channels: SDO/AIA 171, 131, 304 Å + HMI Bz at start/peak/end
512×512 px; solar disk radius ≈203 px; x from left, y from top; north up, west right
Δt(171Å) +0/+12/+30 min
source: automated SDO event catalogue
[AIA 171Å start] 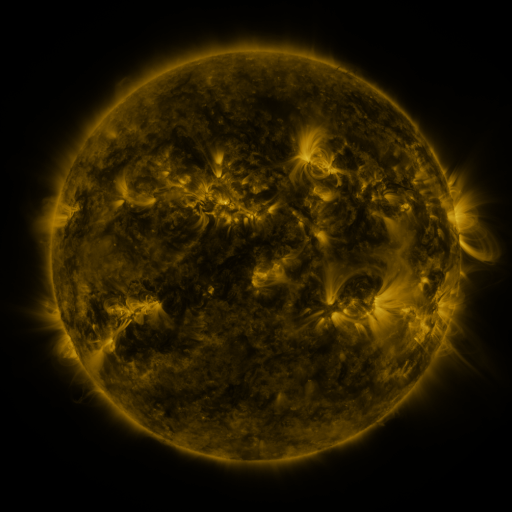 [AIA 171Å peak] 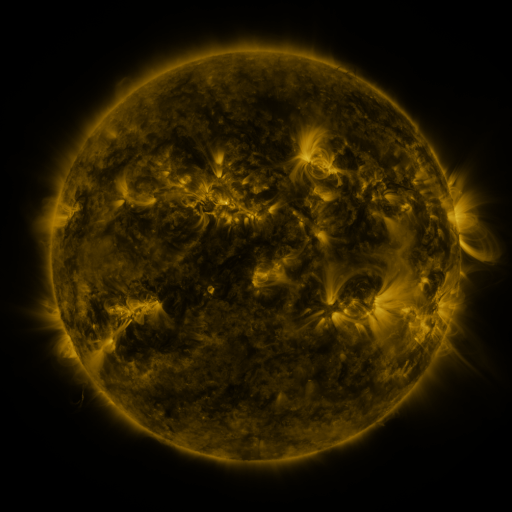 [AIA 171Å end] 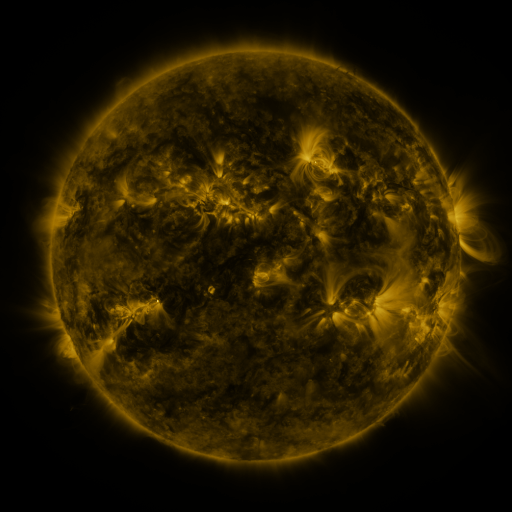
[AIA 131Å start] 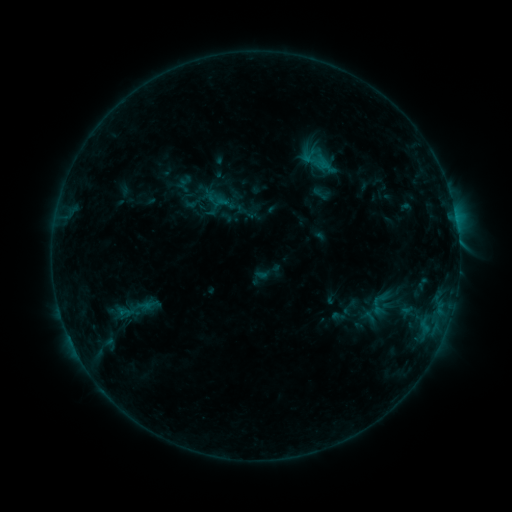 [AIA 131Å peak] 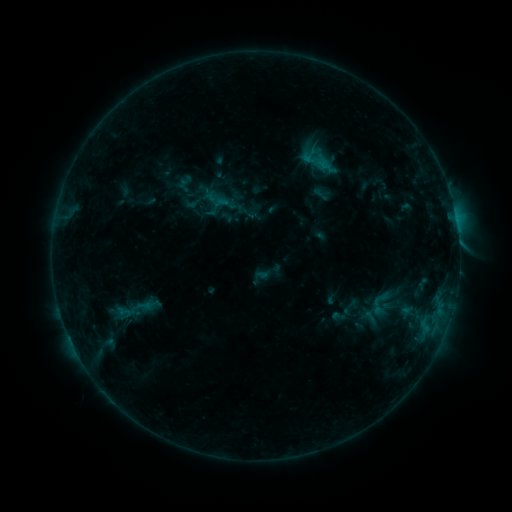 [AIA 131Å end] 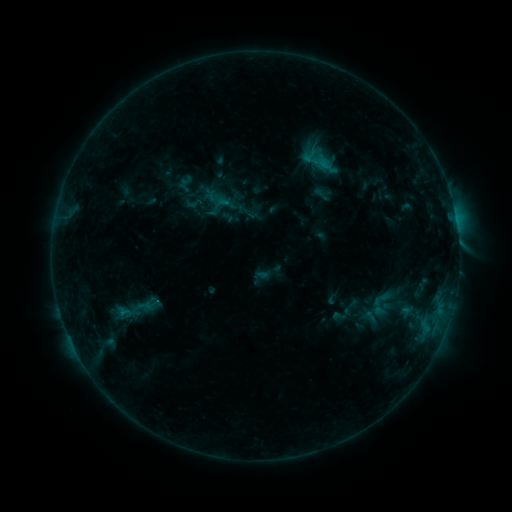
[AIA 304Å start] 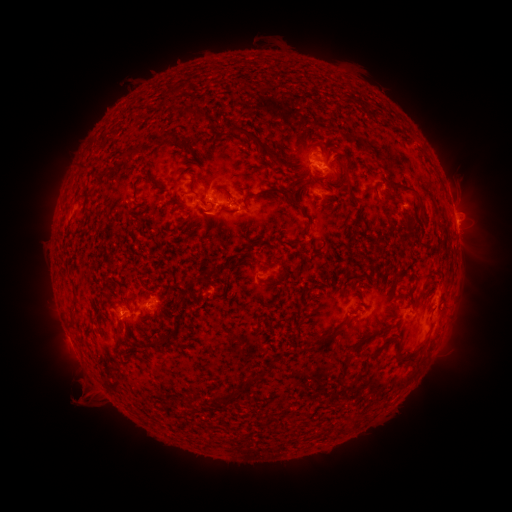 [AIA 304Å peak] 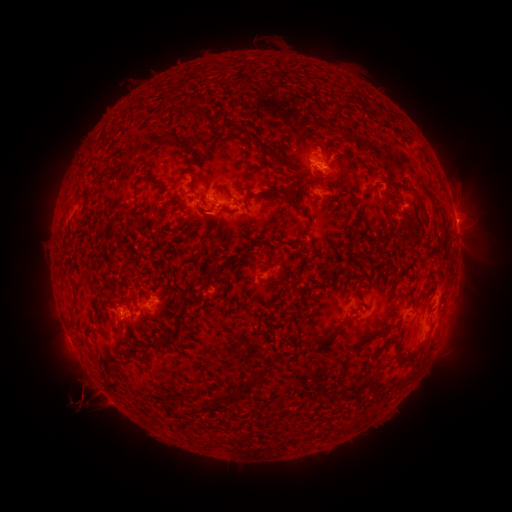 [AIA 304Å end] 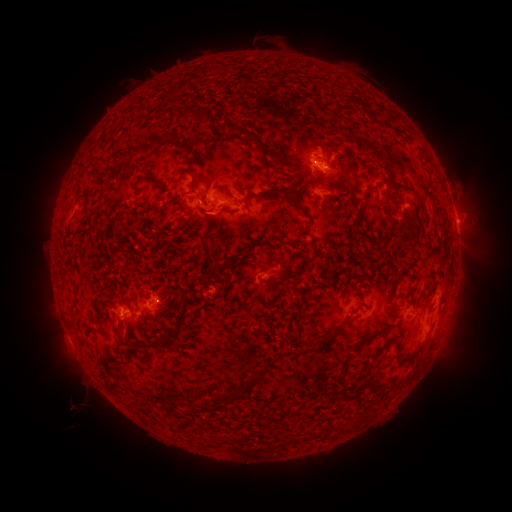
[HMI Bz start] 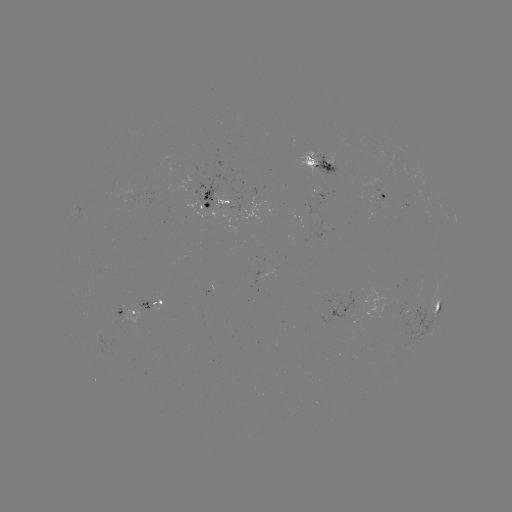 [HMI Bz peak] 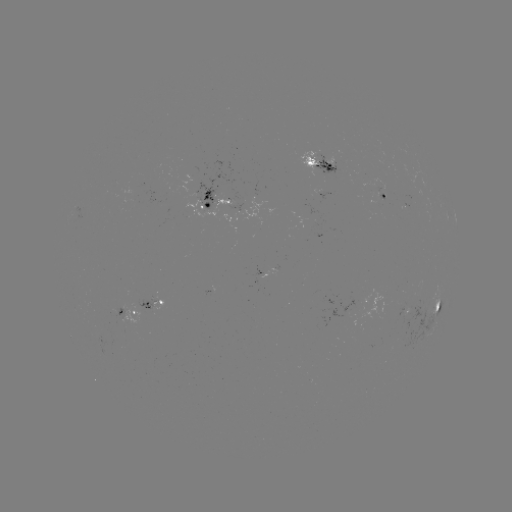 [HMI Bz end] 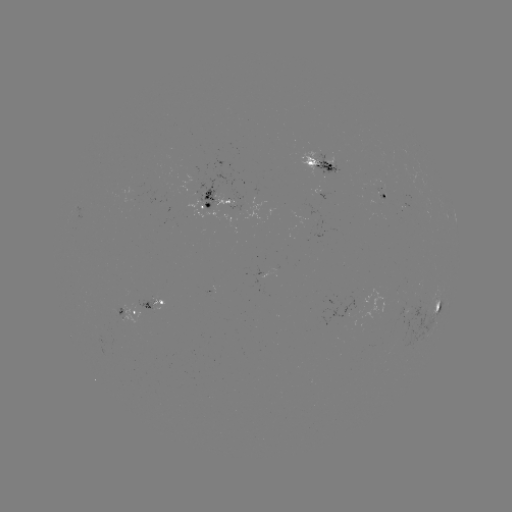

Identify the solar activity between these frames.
eruption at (88, 399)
